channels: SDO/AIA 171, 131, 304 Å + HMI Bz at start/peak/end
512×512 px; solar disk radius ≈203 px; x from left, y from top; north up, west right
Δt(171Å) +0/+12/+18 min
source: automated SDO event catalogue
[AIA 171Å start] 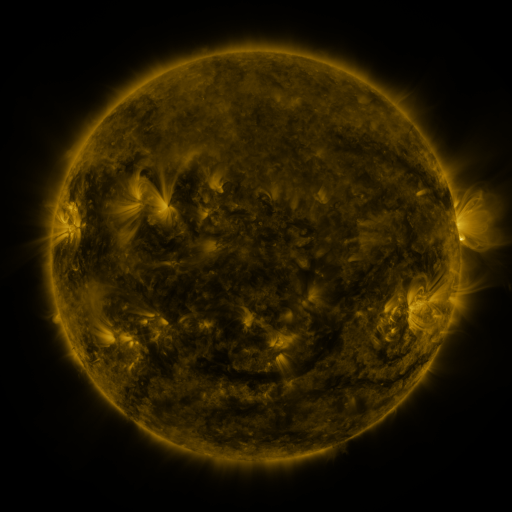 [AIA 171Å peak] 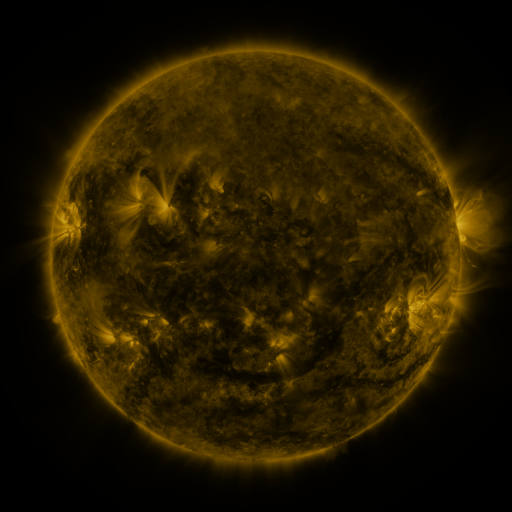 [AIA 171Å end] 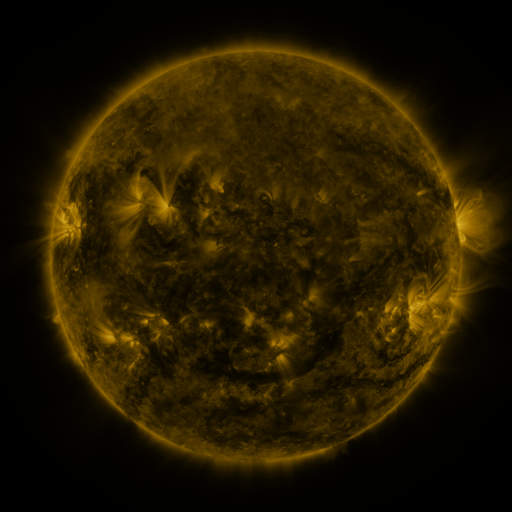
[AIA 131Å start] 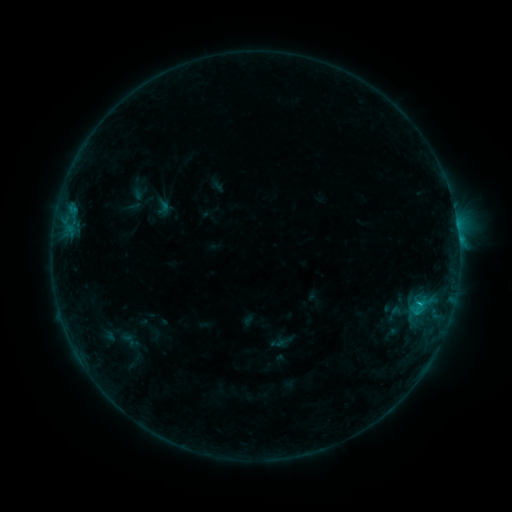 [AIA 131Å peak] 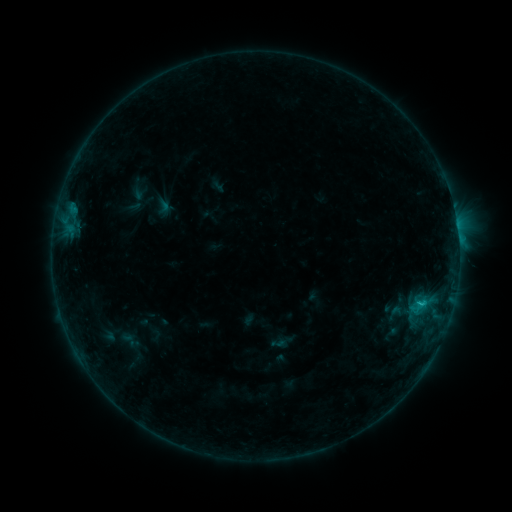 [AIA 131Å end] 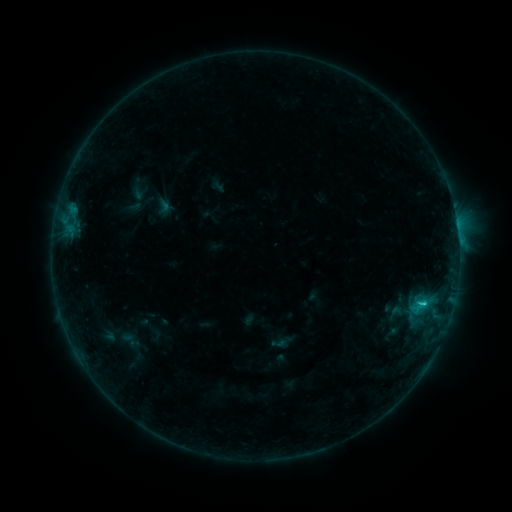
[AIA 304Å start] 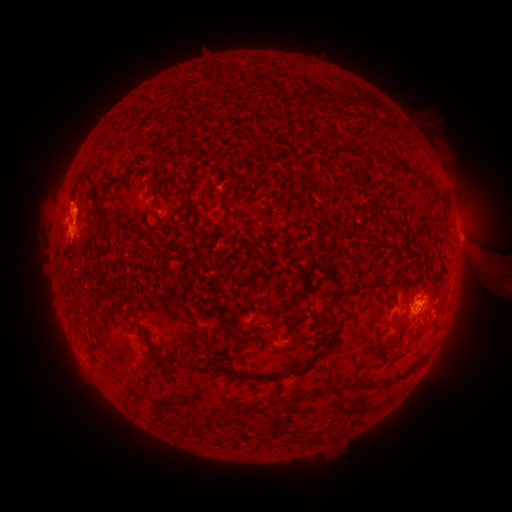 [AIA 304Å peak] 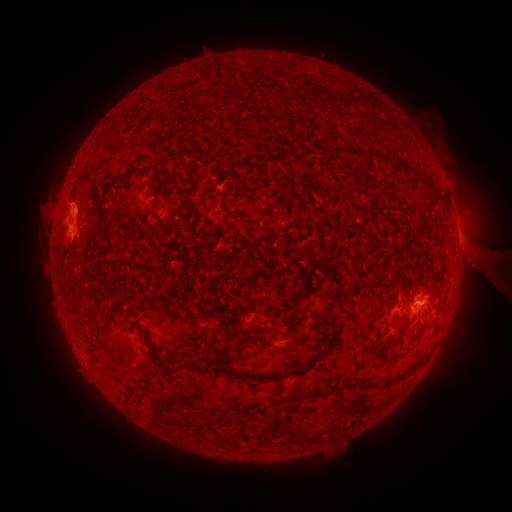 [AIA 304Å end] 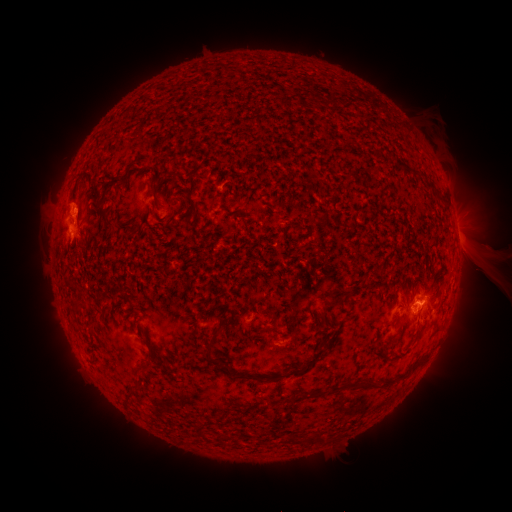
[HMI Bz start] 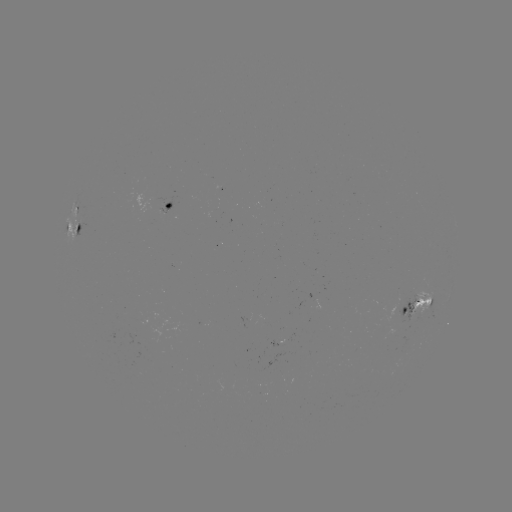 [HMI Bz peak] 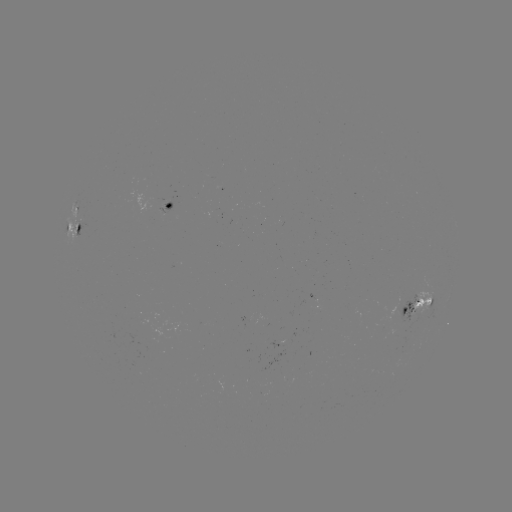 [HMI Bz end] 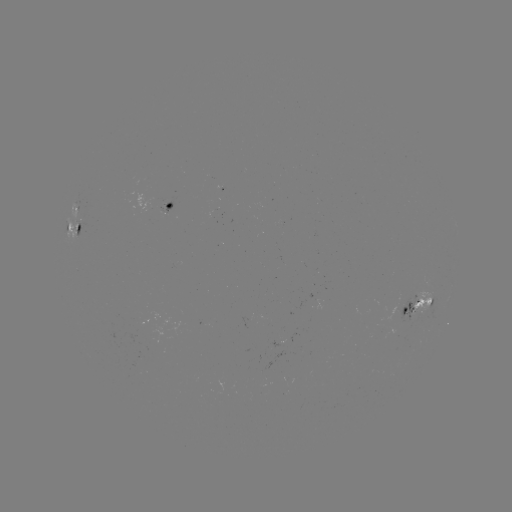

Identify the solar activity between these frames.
eruption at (481, 259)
